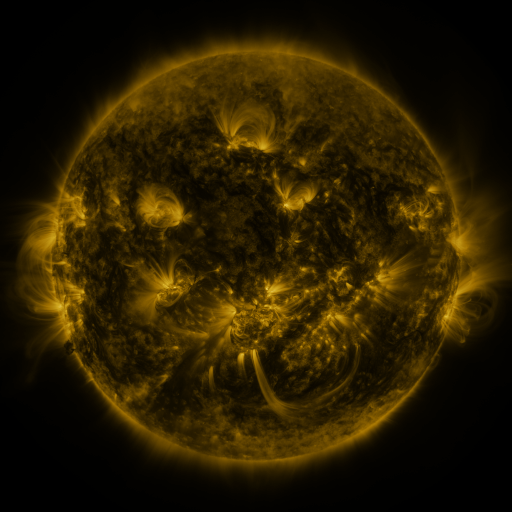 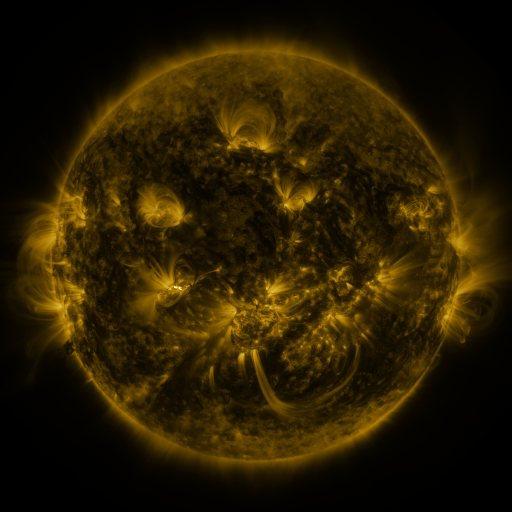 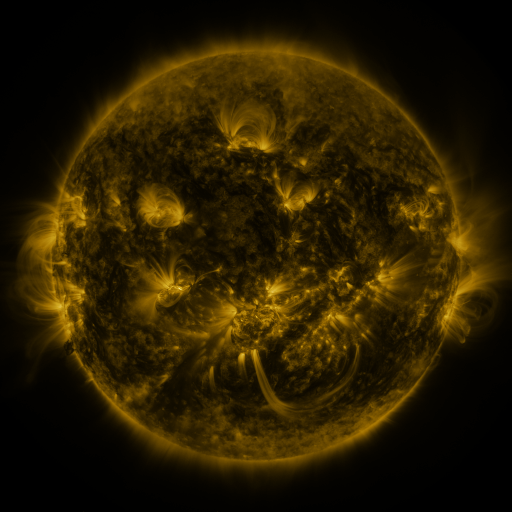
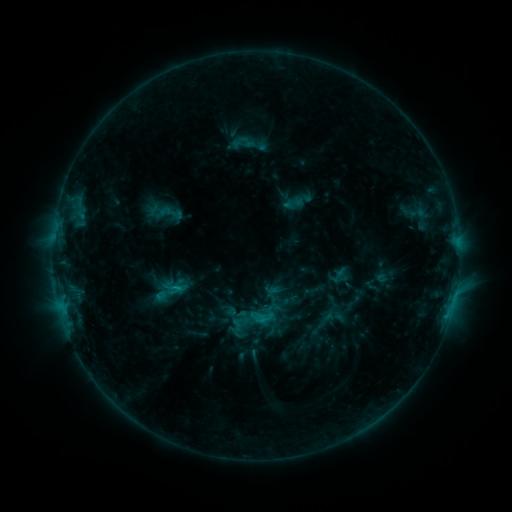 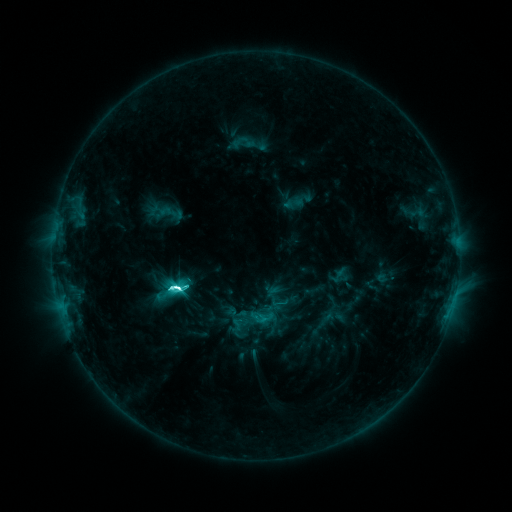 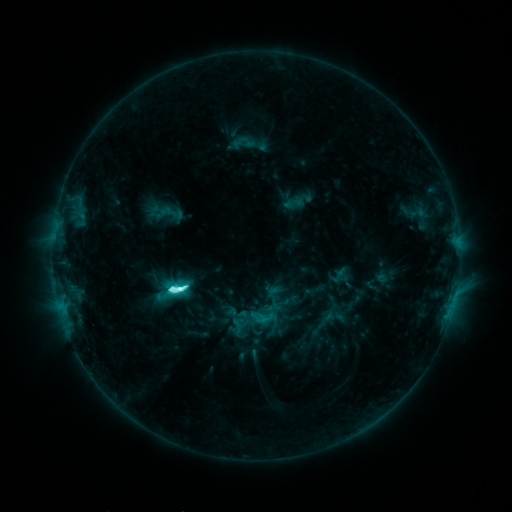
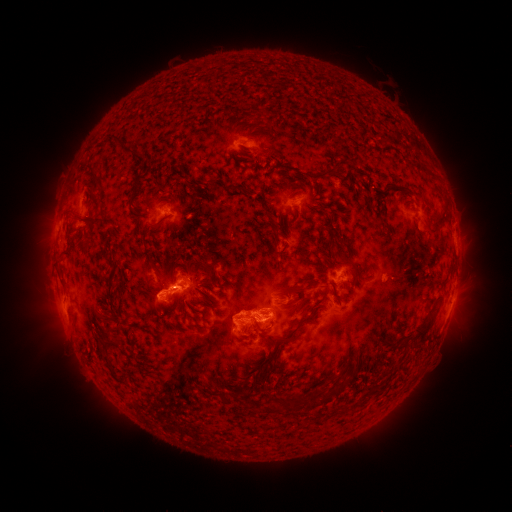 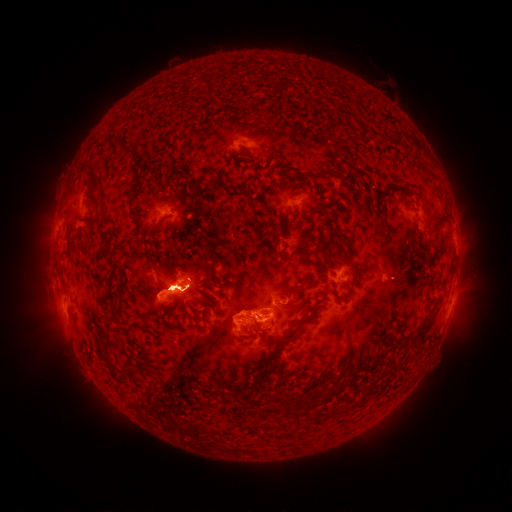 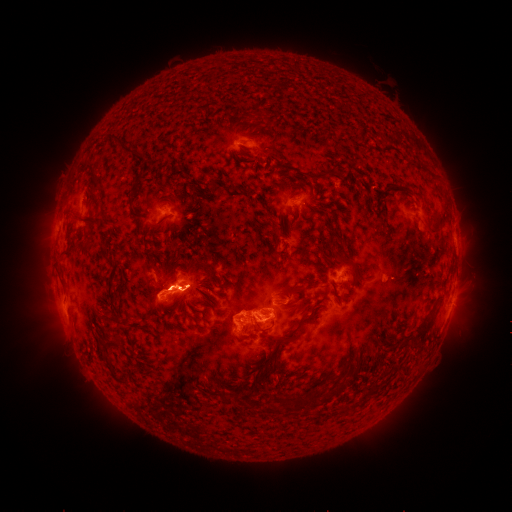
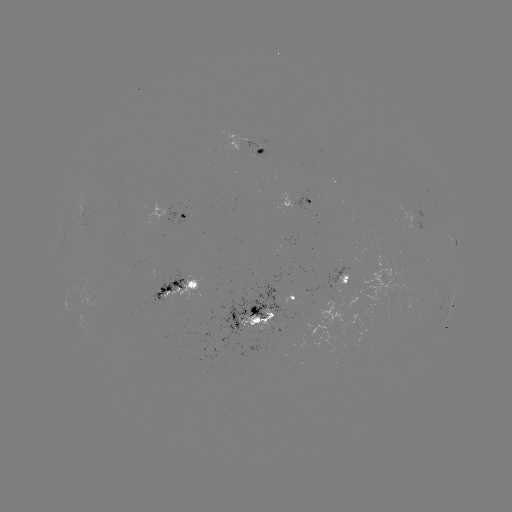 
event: flare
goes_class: M1.4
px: (180, 287)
